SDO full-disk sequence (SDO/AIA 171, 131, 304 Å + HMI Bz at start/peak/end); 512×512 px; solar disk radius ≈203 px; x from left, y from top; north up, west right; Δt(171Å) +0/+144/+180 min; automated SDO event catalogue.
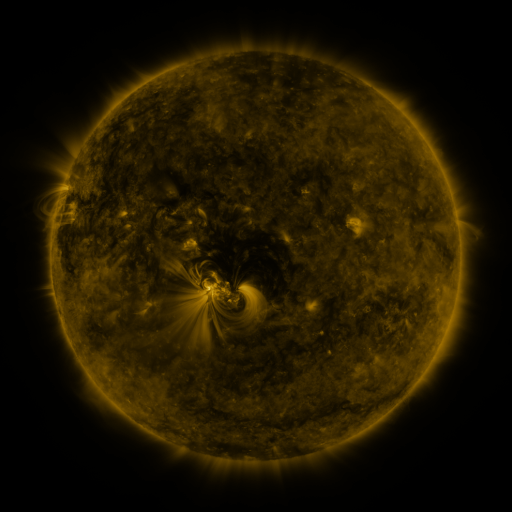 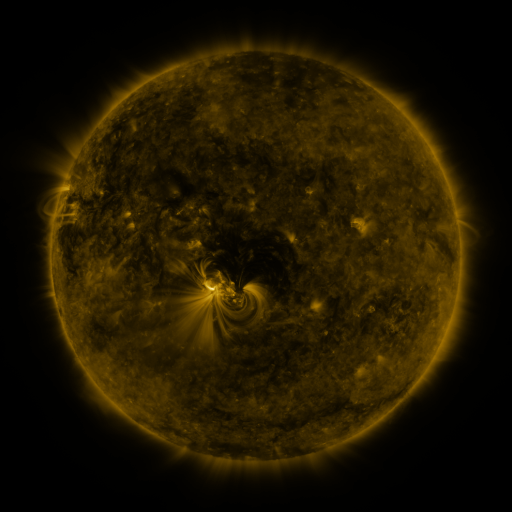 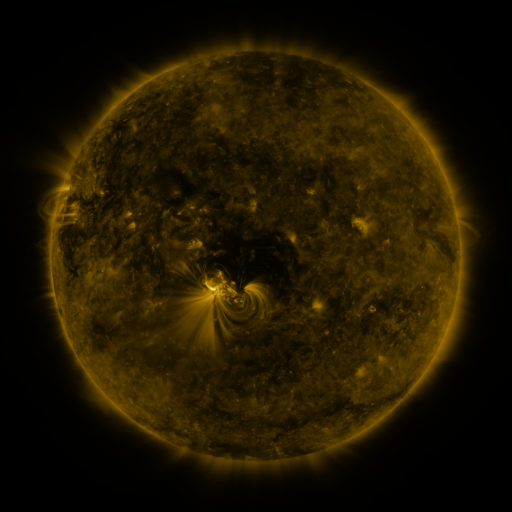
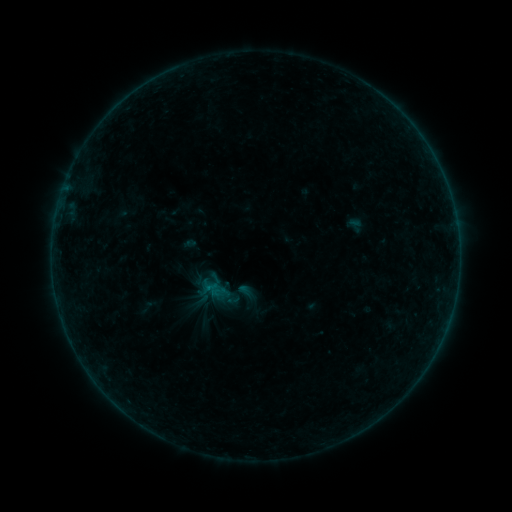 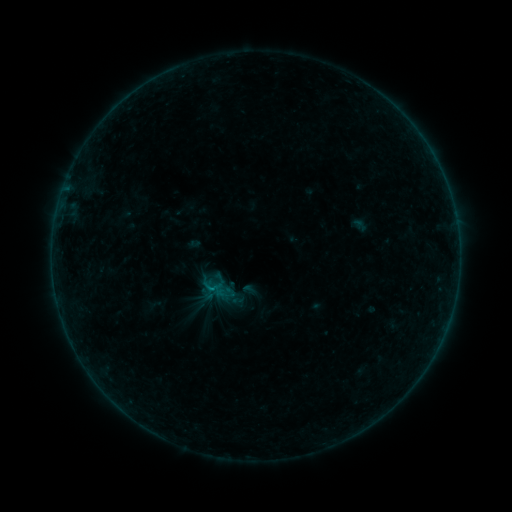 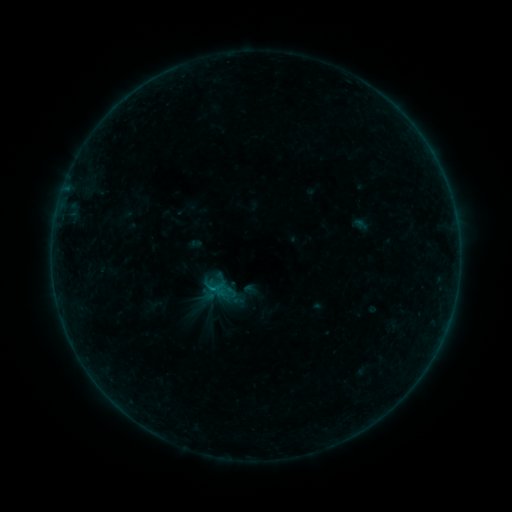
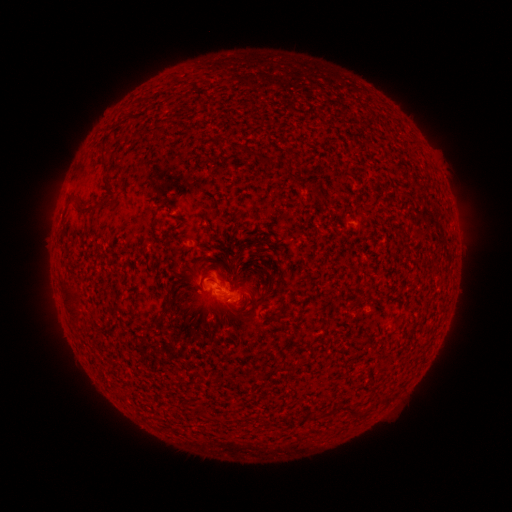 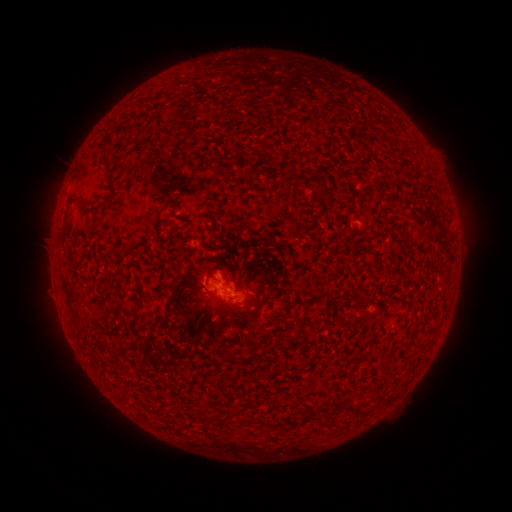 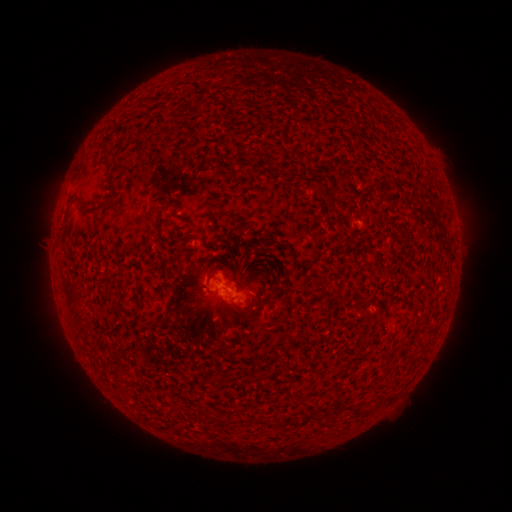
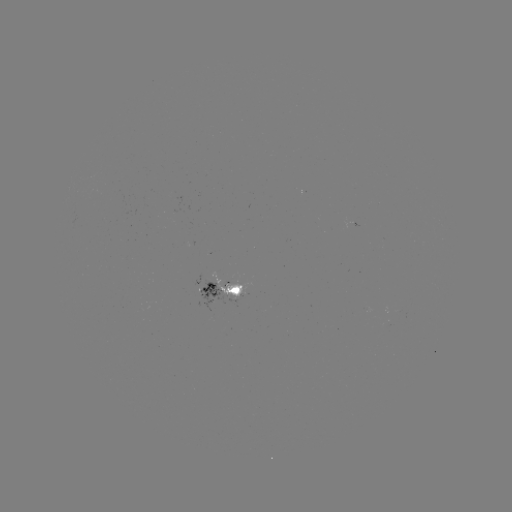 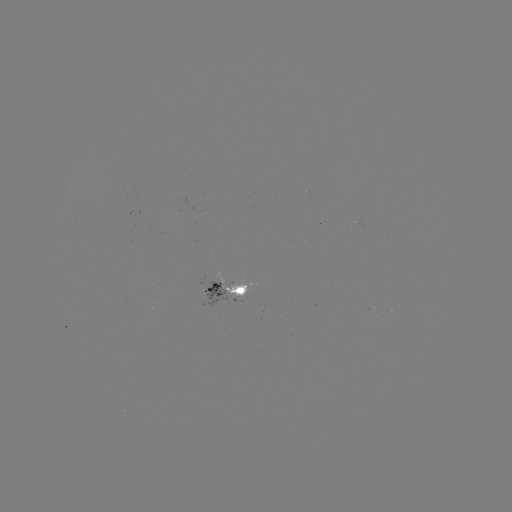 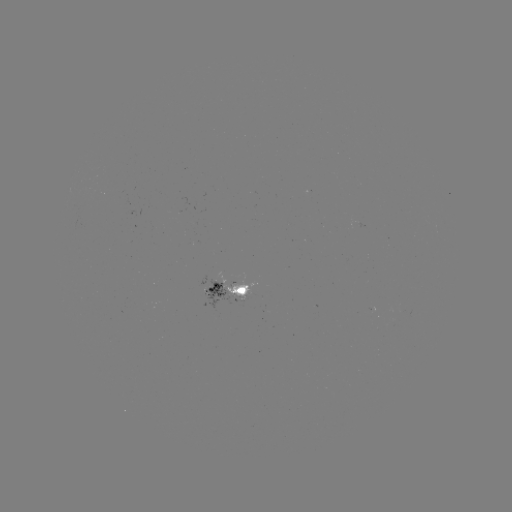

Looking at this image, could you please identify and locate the emerging-flux region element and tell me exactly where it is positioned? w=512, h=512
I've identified emerging-flux region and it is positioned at (209, 292).